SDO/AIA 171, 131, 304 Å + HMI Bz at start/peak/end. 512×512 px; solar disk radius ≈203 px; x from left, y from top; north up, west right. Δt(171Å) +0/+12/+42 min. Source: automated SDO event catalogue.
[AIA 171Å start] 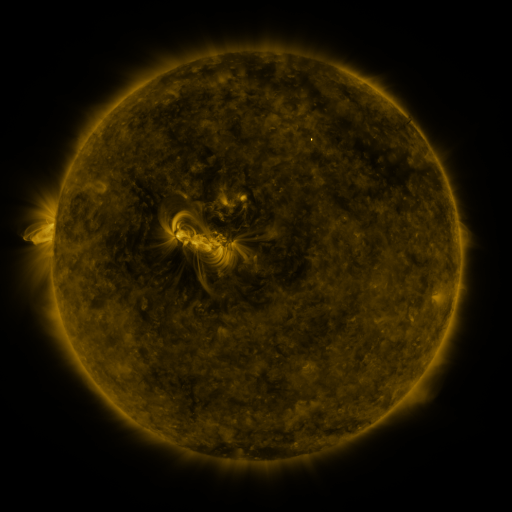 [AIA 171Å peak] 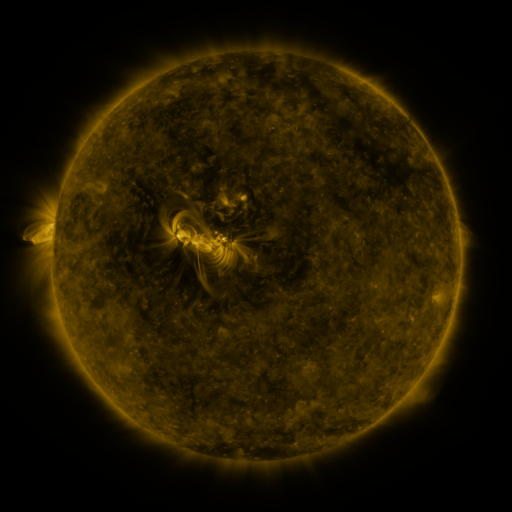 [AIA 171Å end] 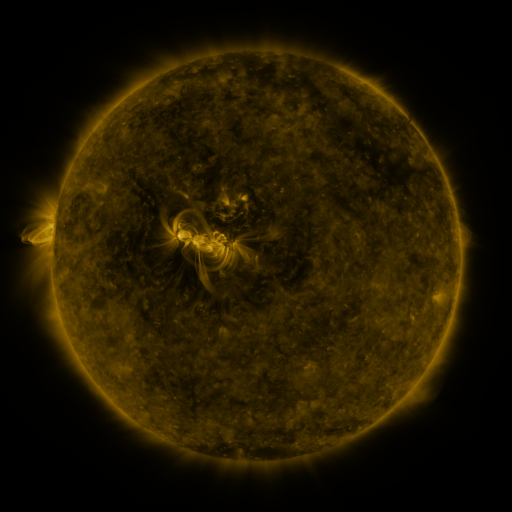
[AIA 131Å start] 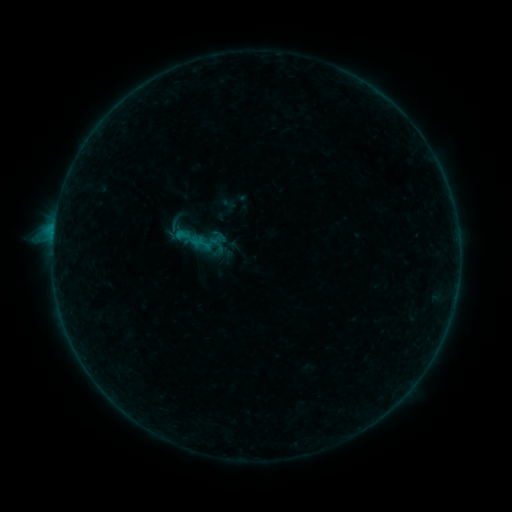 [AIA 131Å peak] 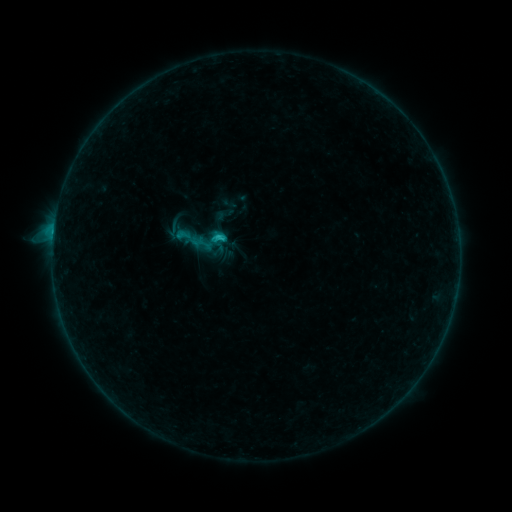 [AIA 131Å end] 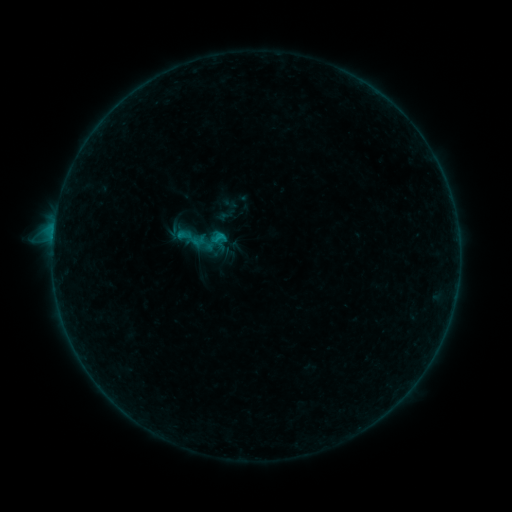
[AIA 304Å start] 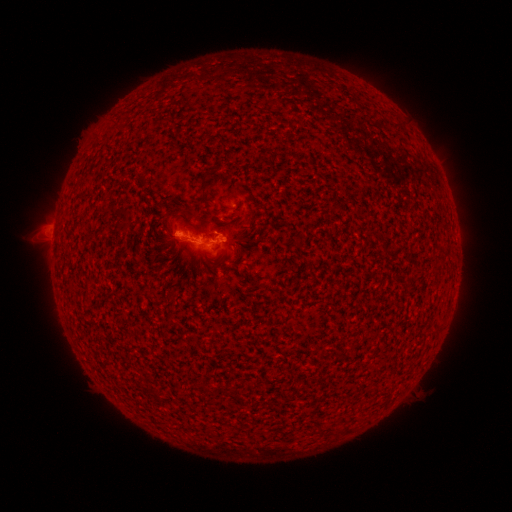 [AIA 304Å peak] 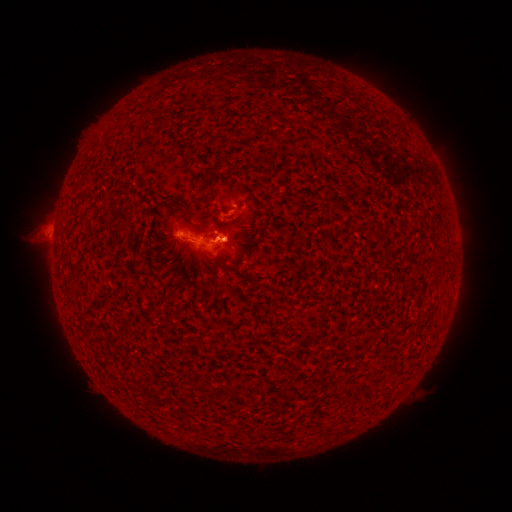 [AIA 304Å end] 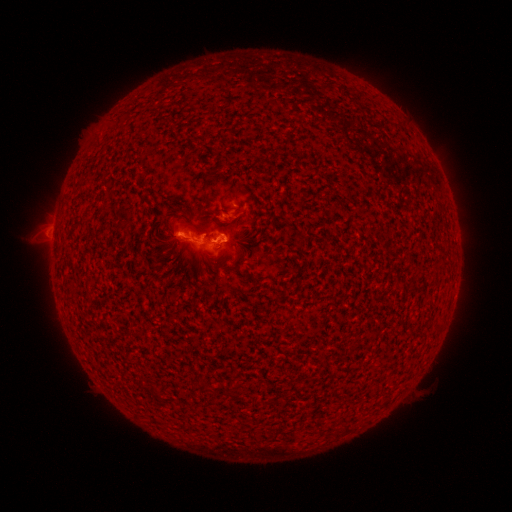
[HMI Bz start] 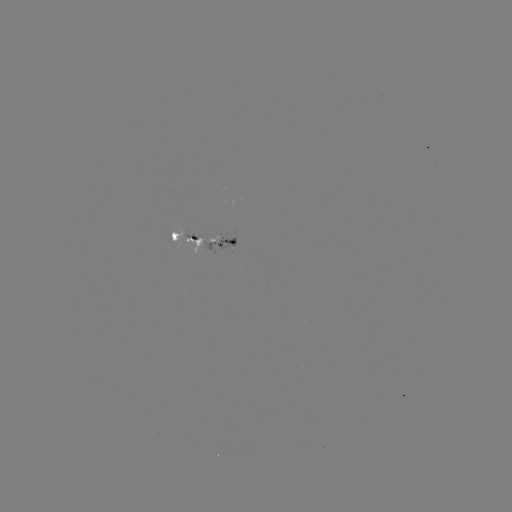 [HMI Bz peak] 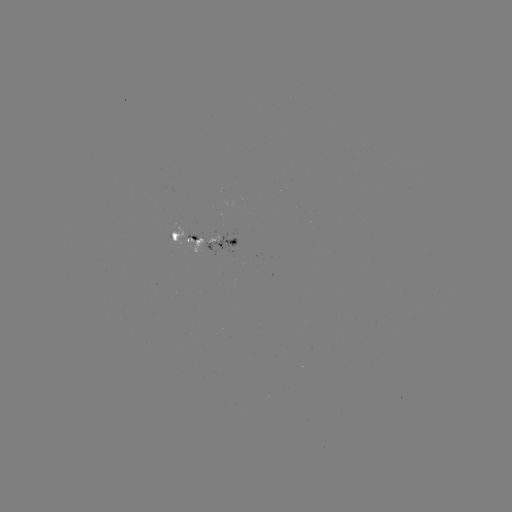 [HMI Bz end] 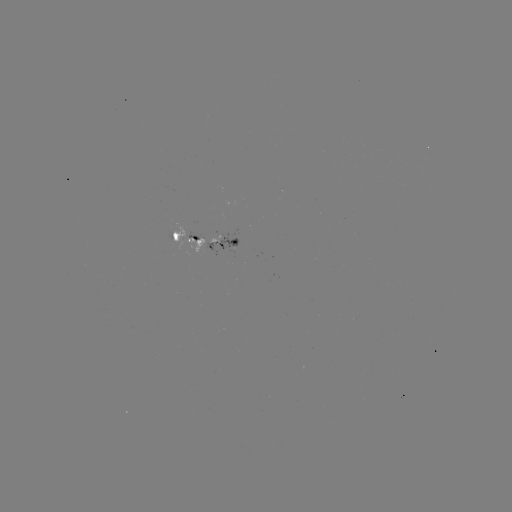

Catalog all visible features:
C1.0 flare: (221, 240)
